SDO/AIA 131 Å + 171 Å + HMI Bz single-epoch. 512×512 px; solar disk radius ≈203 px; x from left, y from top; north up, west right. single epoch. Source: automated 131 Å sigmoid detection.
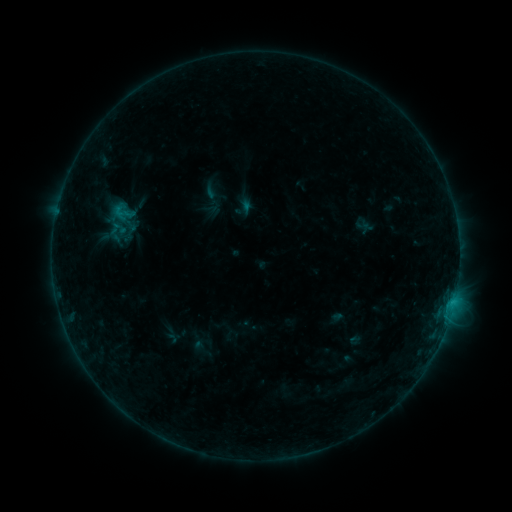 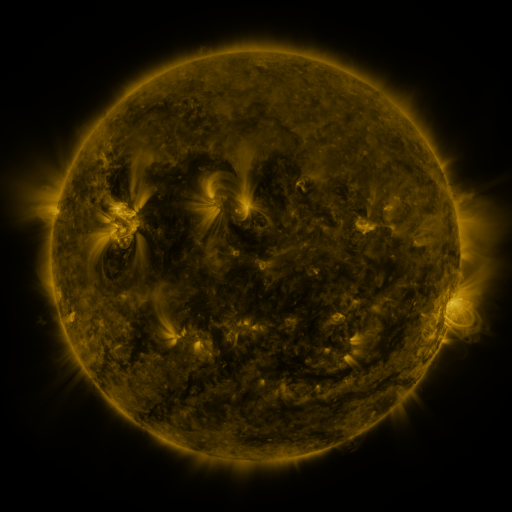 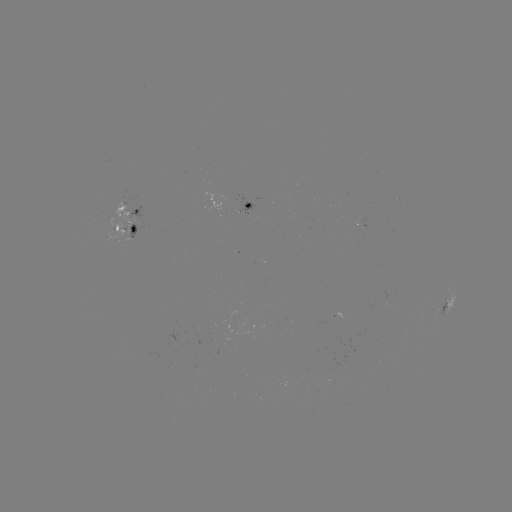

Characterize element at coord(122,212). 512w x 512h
sigmoid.